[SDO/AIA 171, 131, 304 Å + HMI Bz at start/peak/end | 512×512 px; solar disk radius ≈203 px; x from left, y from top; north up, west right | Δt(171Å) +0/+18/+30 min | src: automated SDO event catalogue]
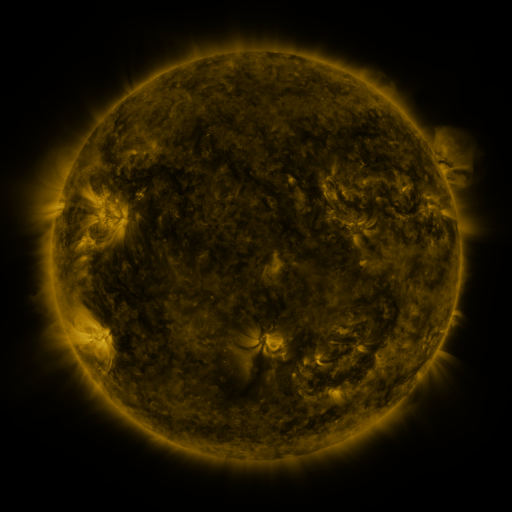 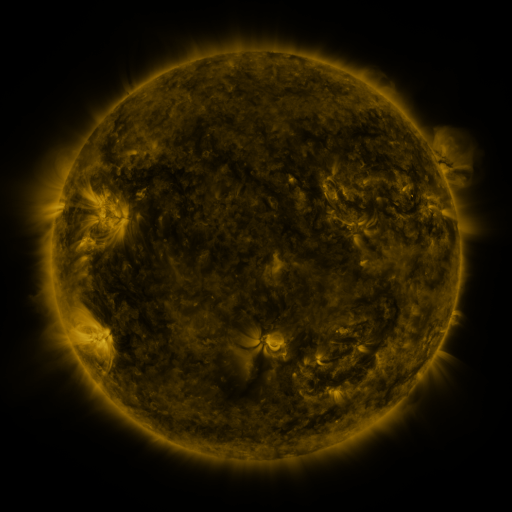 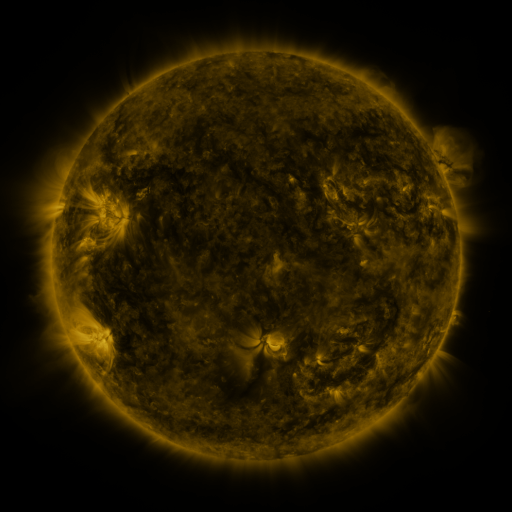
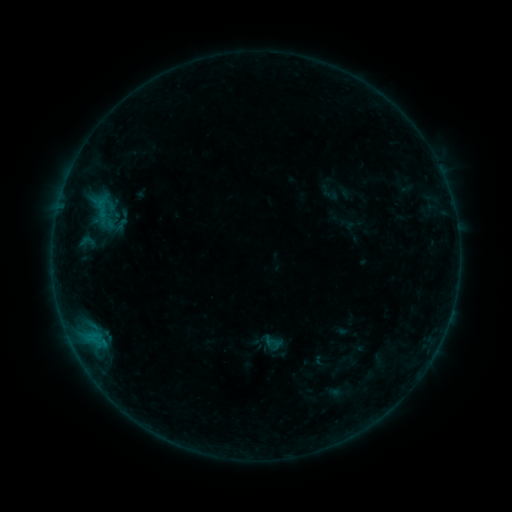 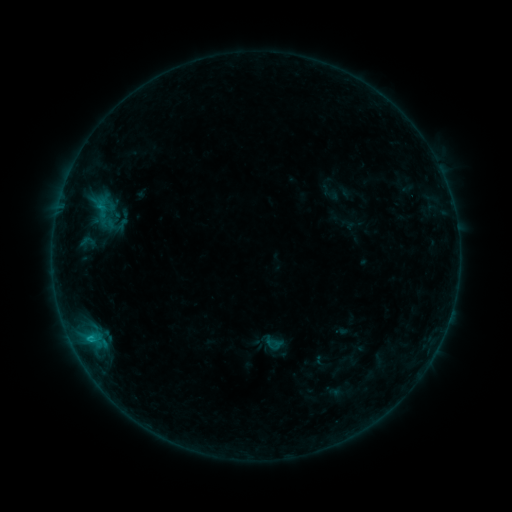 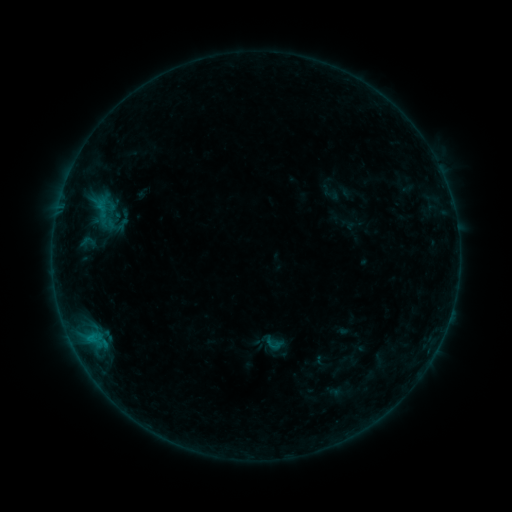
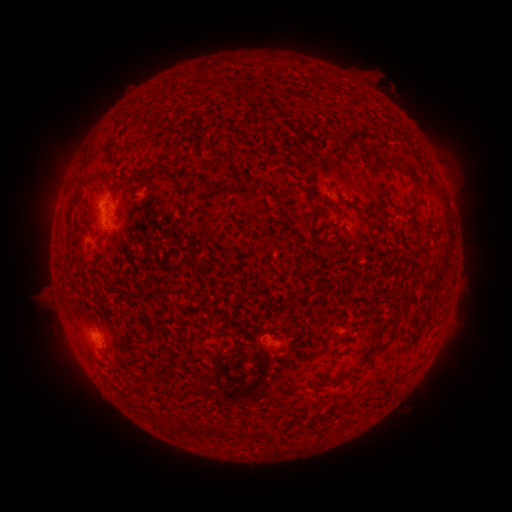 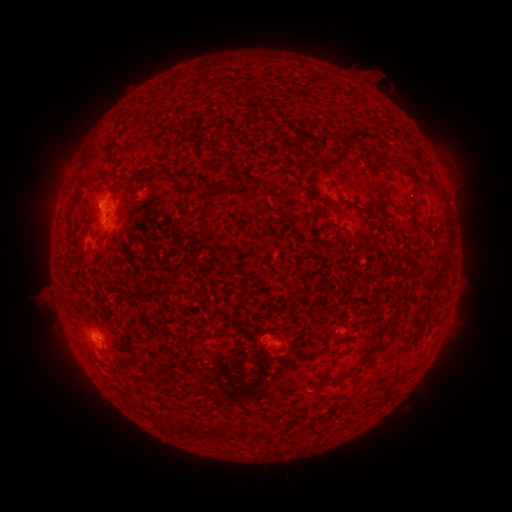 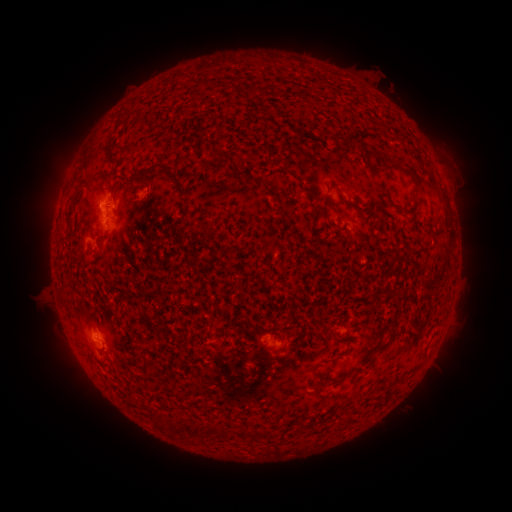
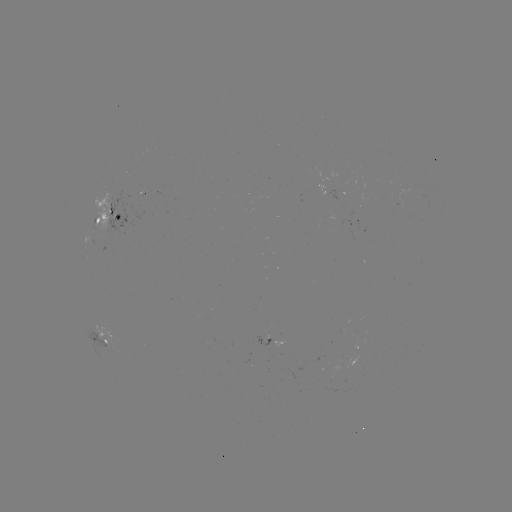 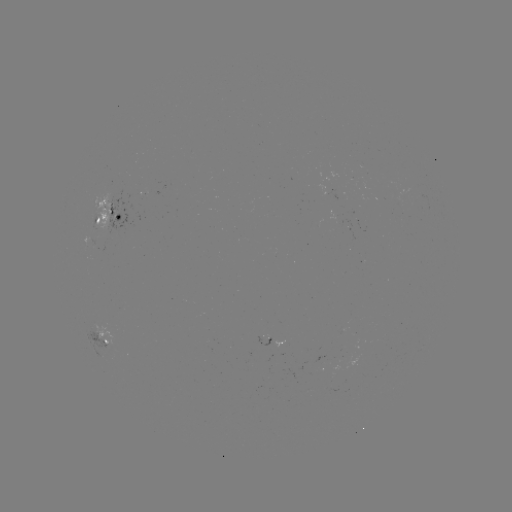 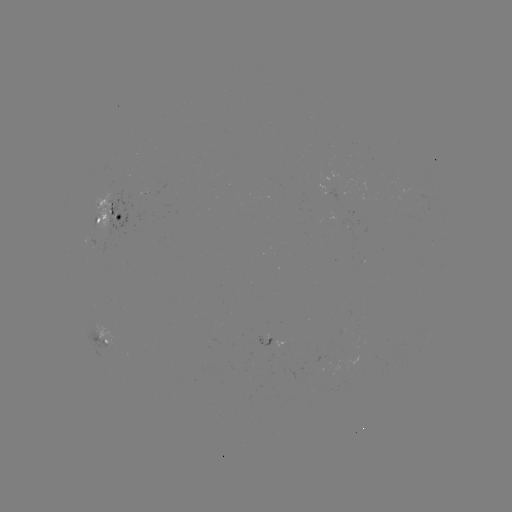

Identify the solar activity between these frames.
B5.7 flare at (101, 207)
